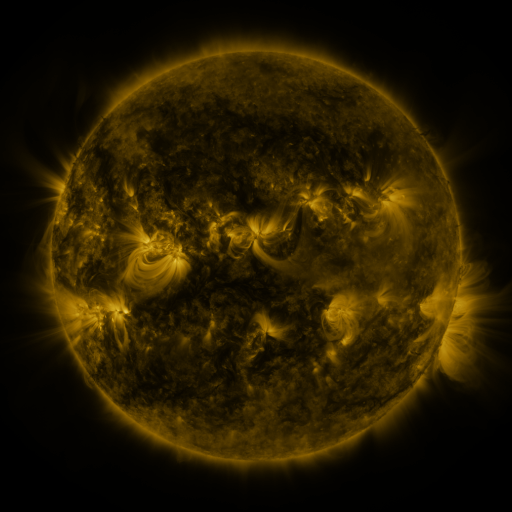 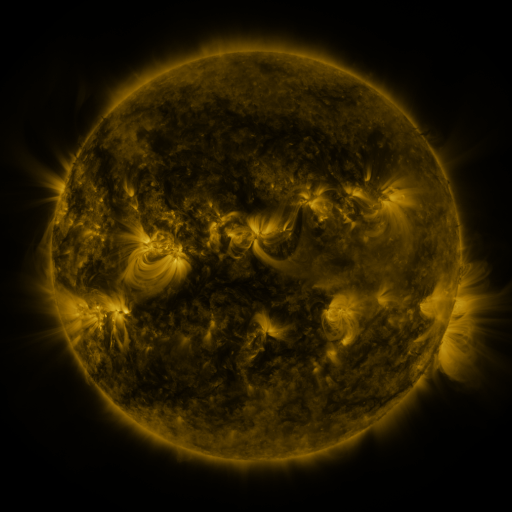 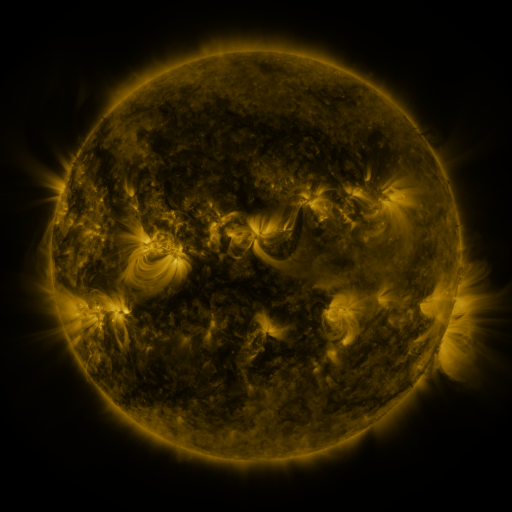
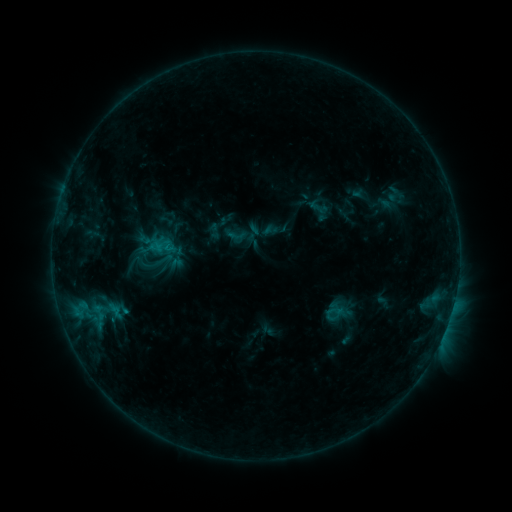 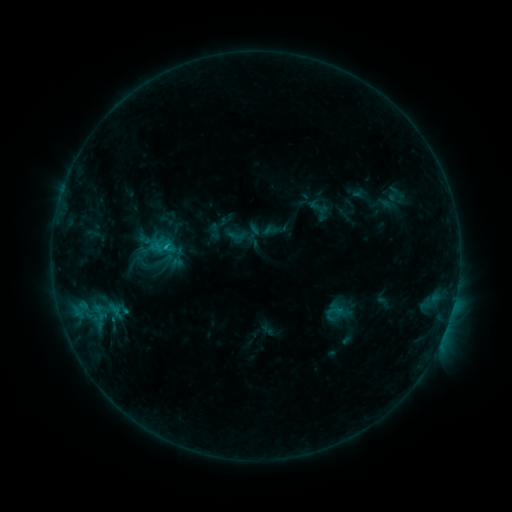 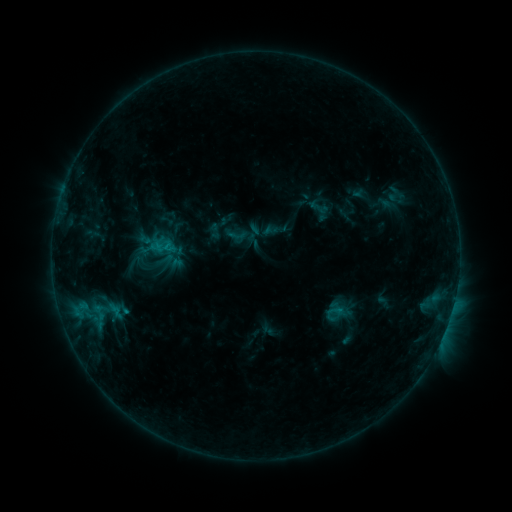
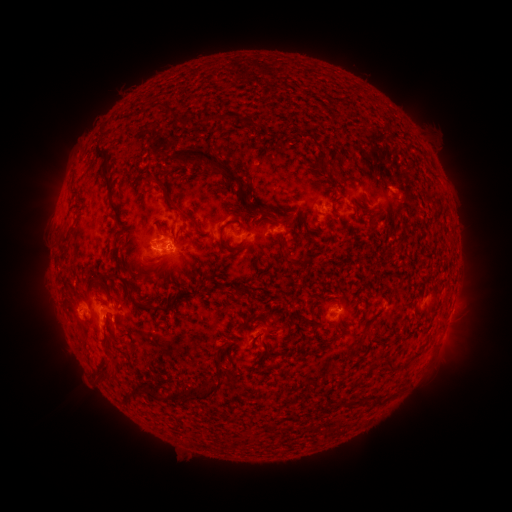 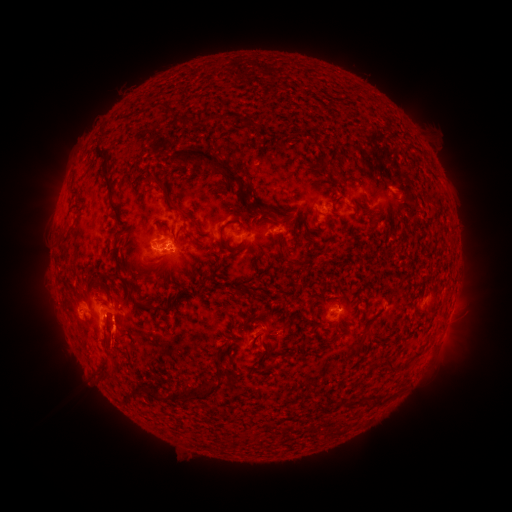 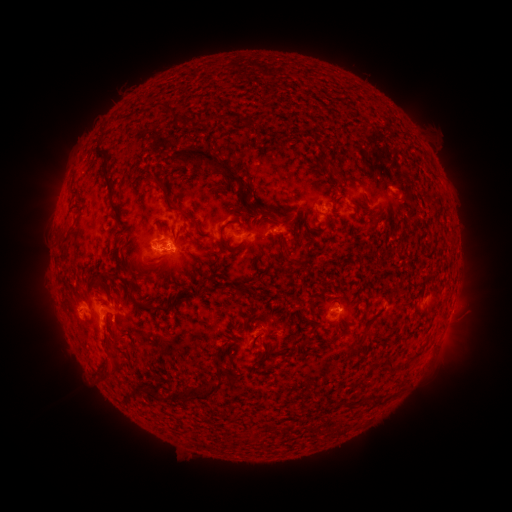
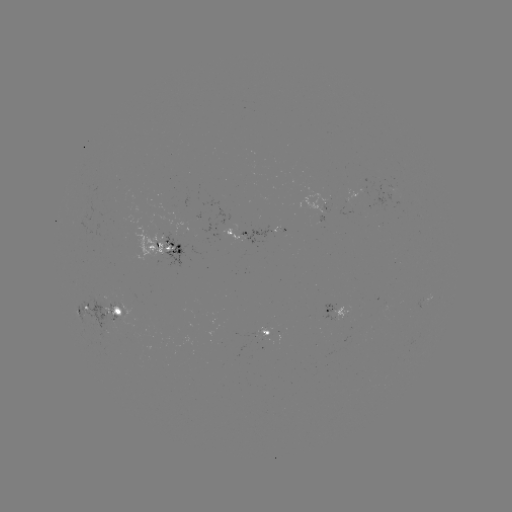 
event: flare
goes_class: C1.0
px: (167, 248)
